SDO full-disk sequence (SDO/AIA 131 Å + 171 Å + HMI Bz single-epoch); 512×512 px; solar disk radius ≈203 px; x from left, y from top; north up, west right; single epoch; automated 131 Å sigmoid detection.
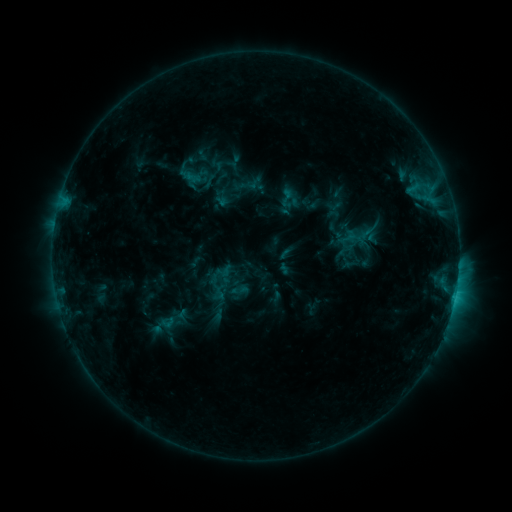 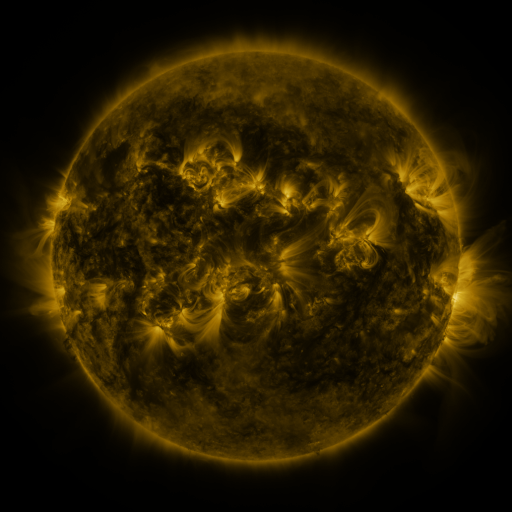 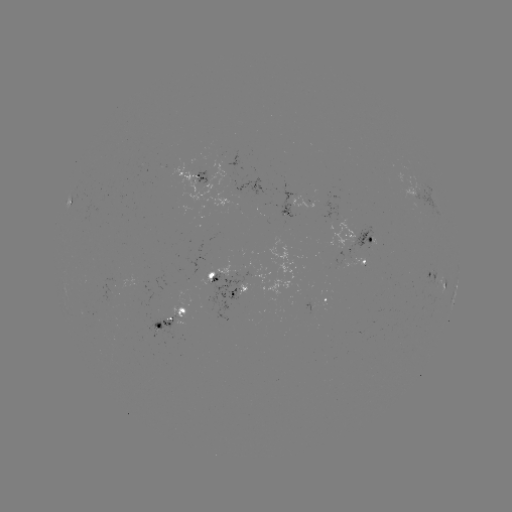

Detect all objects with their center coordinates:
sigmoid: [276, 187, 297, 208]
sigmoid: [338, 226, 359, 249]
